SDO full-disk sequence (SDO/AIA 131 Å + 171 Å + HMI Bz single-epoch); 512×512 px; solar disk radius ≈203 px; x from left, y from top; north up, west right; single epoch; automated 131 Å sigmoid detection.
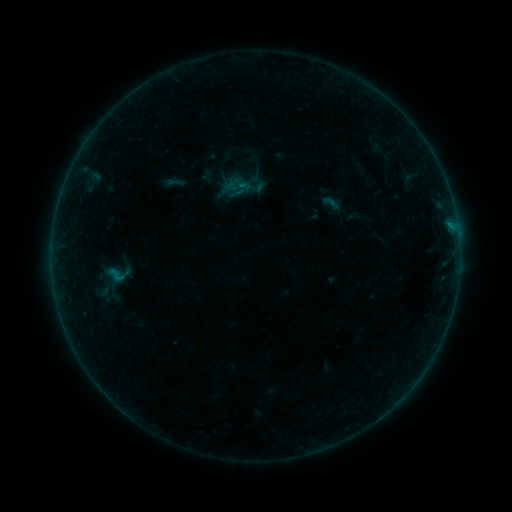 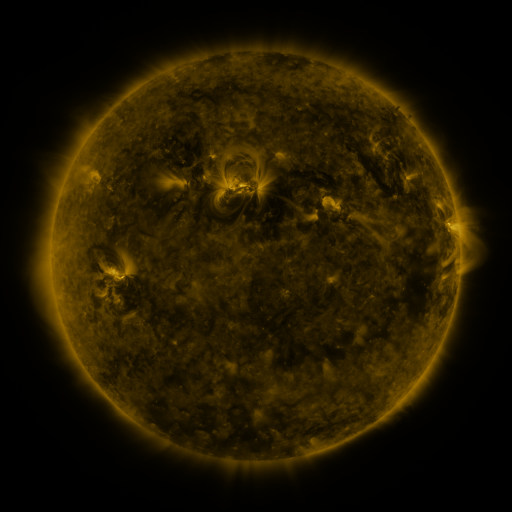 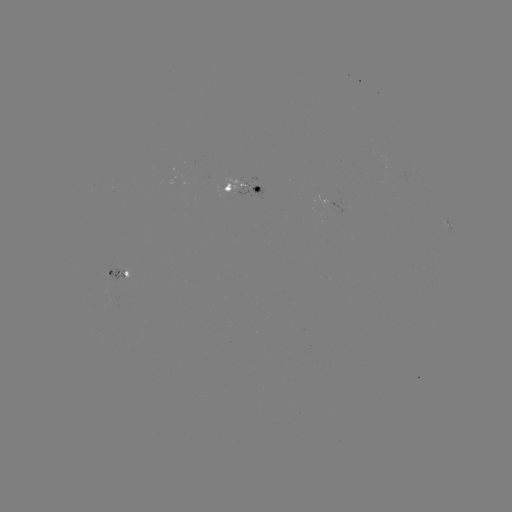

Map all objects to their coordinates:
sigmoid: (332, 203)
